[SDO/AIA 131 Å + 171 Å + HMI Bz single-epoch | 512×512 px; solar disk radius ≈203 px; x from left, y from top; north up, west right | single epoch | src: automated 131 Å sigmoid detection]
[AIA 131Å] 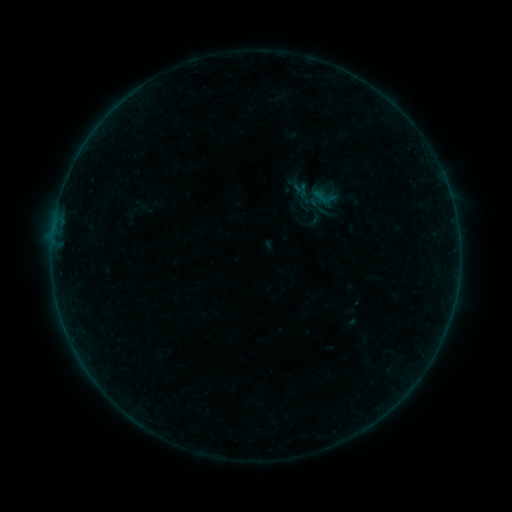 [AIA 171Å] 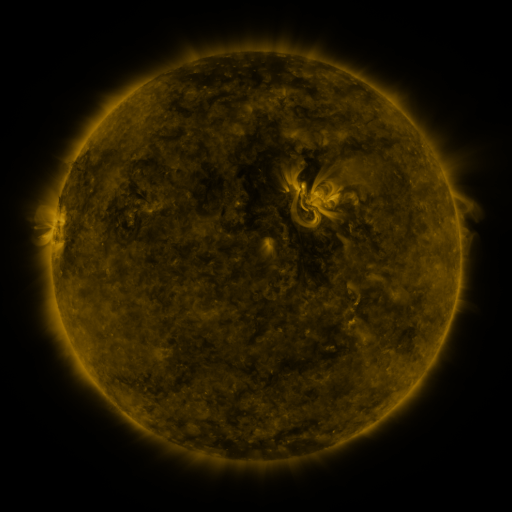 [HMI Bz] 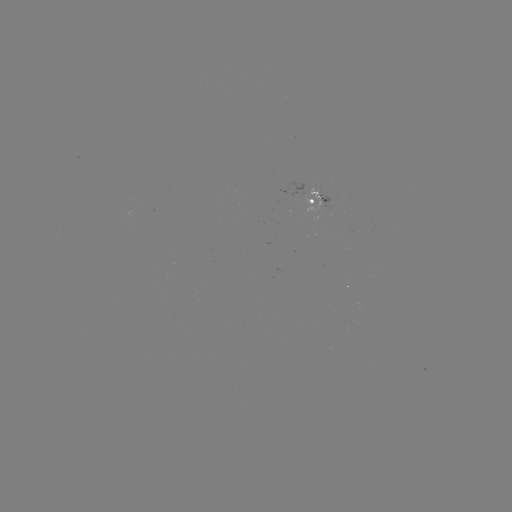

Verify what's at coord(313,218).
sigmoid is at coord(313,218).